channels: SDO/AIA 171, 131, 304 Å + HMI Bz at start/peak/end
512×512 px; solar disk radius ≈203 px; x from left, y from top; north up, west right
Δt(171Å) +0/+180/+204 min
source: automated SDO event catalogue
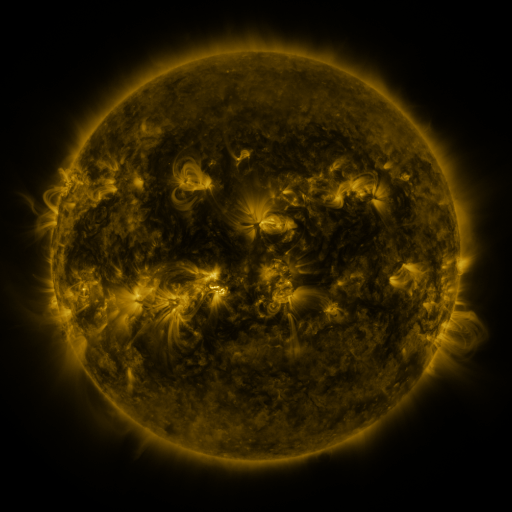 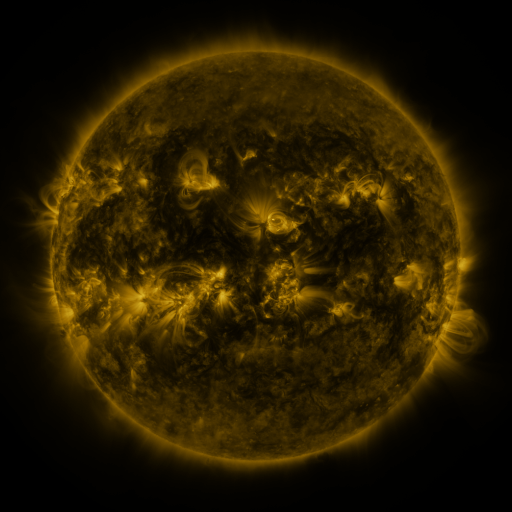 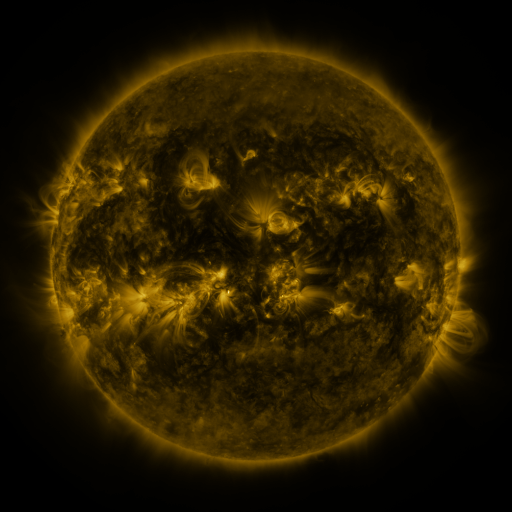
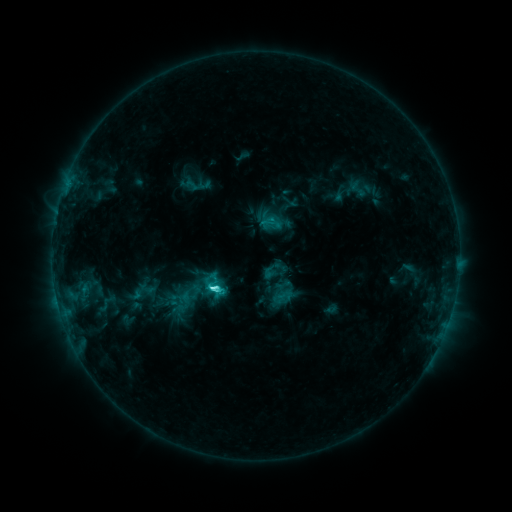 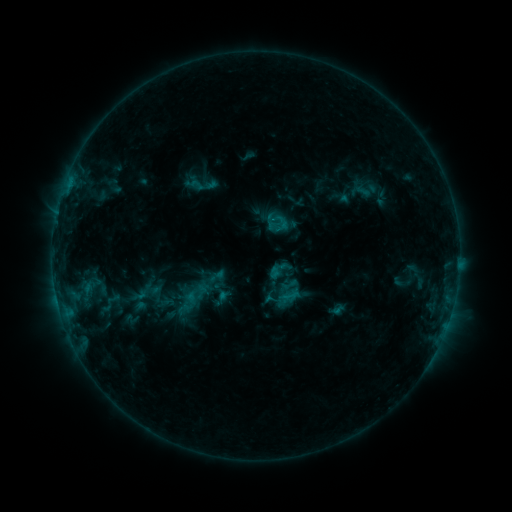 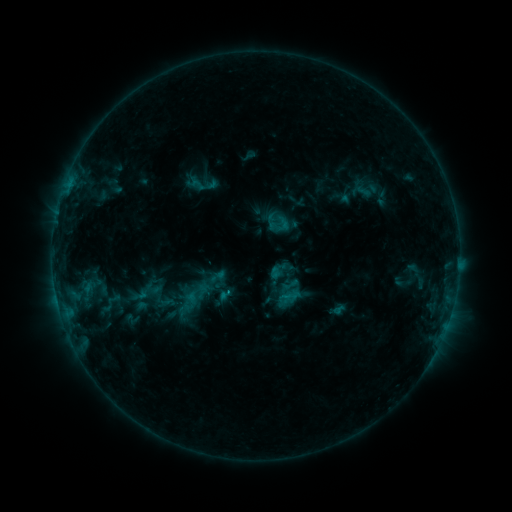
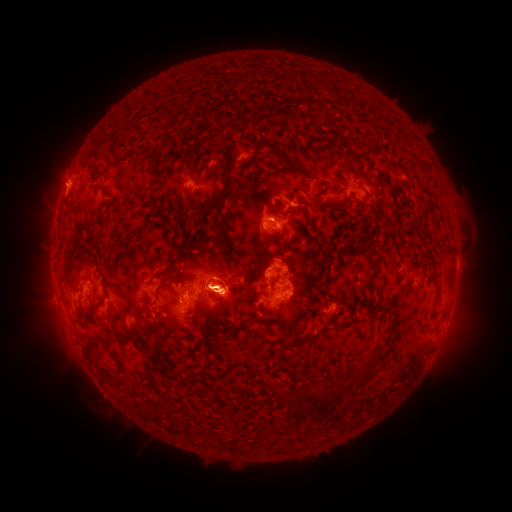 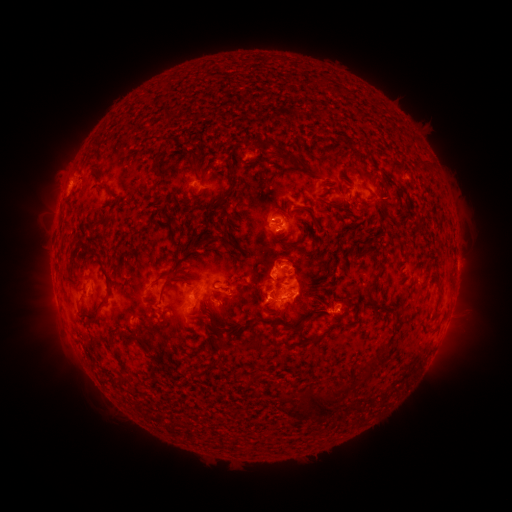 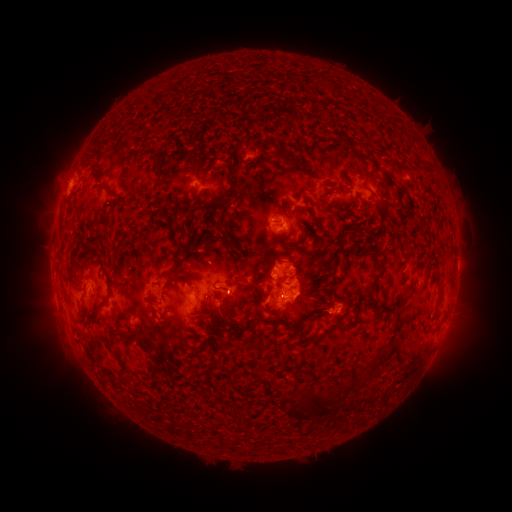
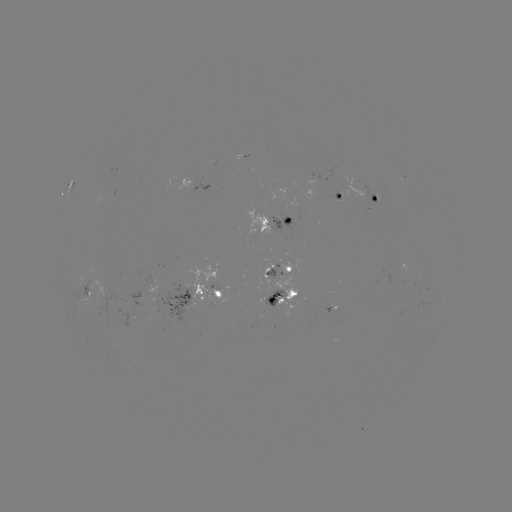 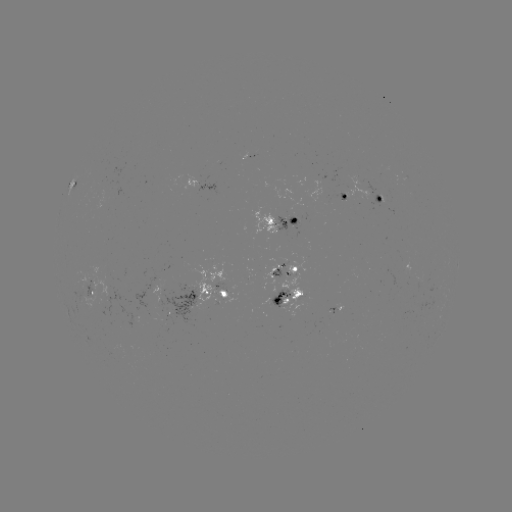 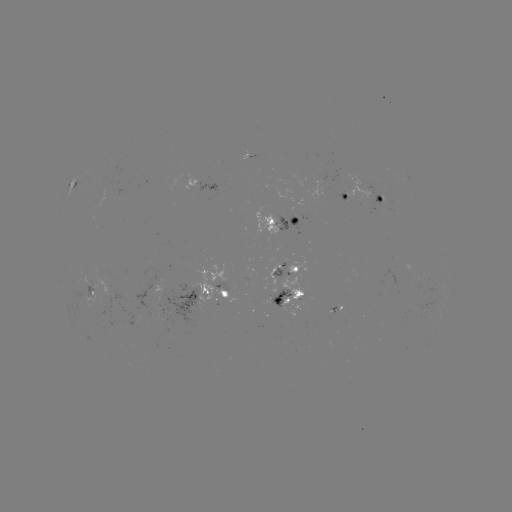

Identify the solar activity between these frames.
emerging-flux region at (283, 224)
